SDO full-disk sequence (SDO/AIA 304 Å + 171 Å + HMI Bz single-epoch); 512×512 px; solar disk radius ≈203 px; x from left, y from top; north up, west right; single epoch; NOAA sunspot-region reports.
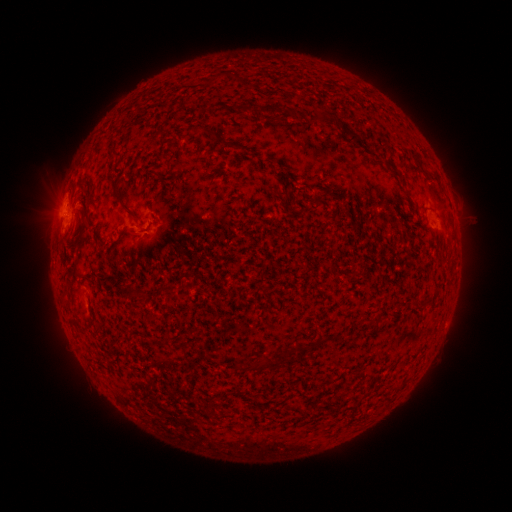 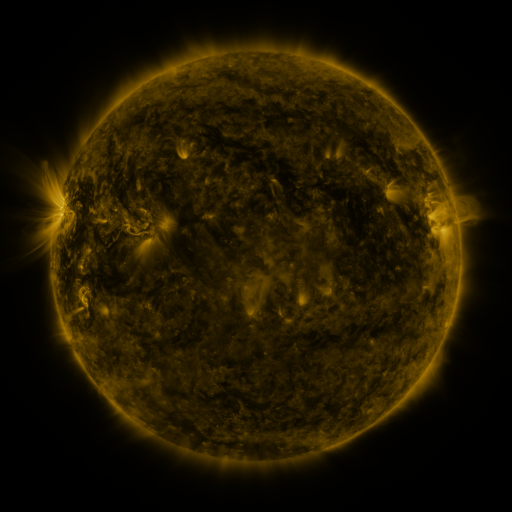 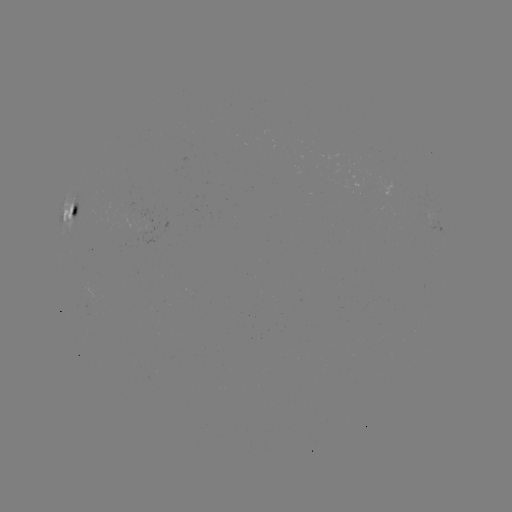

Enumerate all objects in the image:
spotted active region: (72, 212)
spotted active region: (437, 222)
